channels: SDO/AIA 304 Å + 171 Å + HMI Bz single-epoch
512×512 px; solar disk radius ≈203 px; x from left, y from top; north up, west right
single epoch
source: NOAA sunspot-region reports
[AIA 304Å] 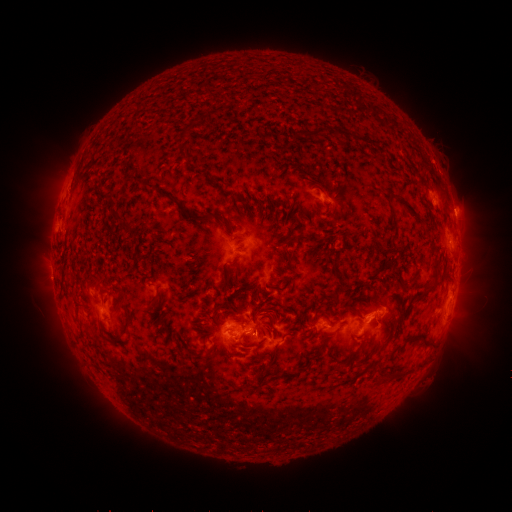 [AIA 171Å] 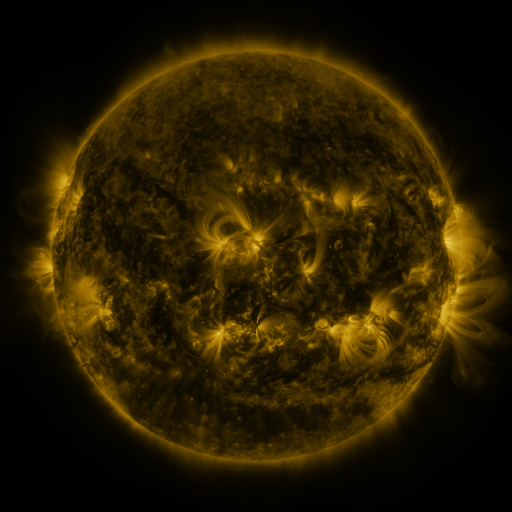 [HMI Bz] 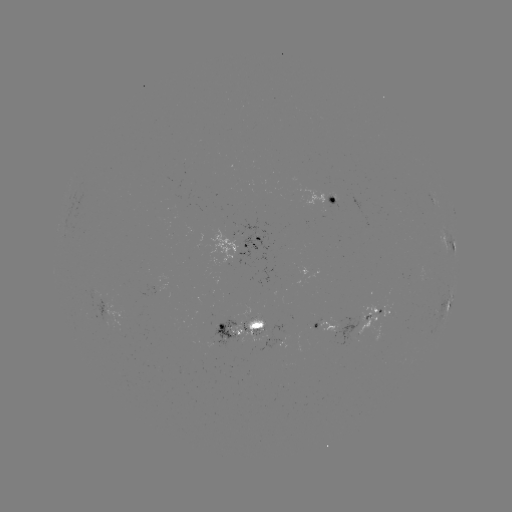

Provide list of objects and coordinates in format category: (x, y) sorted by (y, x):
spotted active region: (329, 202)
spotted active region: (435, 204)
spotted active region: (450, 246)
spotted active region: (238, 248)
spotted active region: (447, 305)
spotted active region: (123, 317)
spotted active region: (376, 317)
spotted active region: (328, 324)
spotted active region: (246, 331)
